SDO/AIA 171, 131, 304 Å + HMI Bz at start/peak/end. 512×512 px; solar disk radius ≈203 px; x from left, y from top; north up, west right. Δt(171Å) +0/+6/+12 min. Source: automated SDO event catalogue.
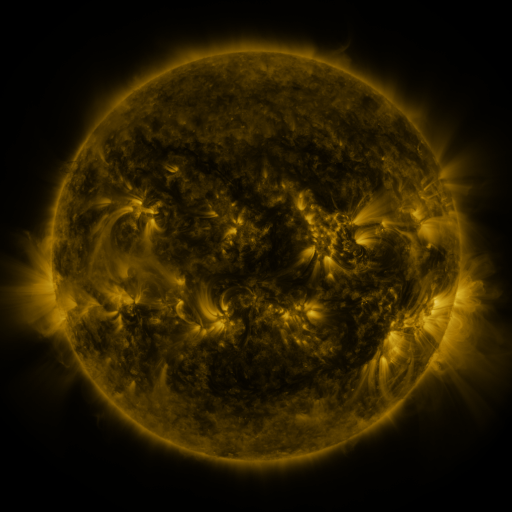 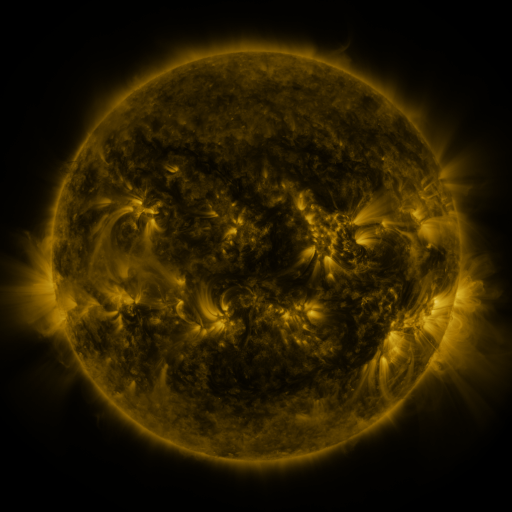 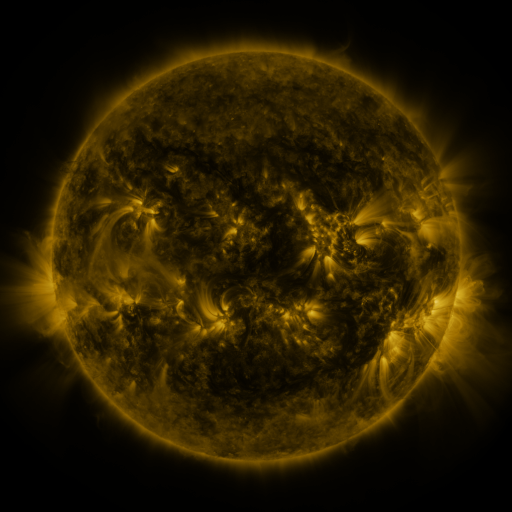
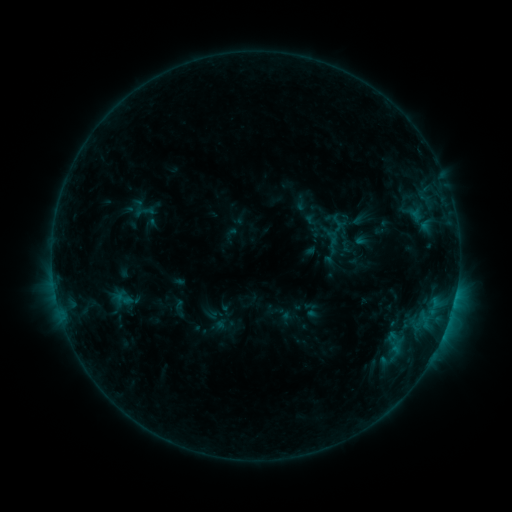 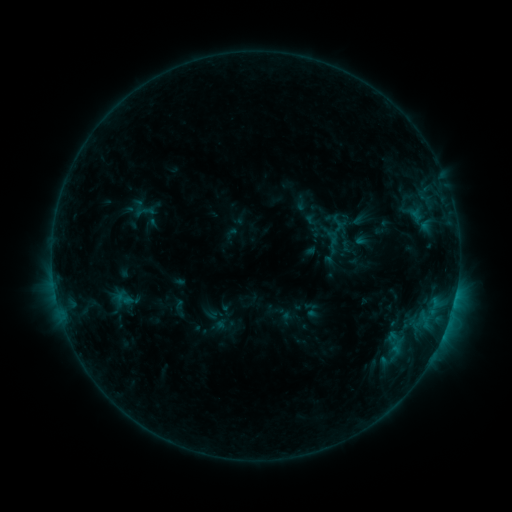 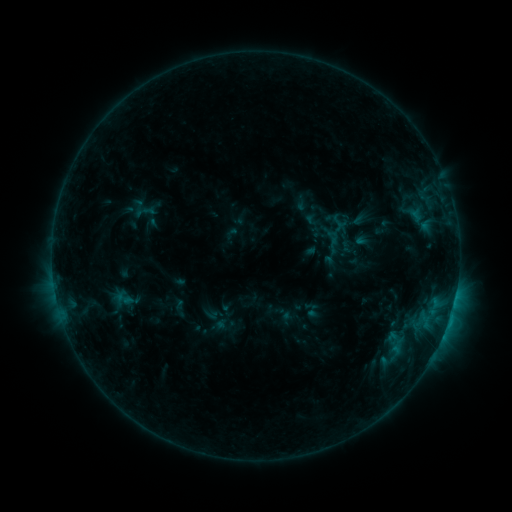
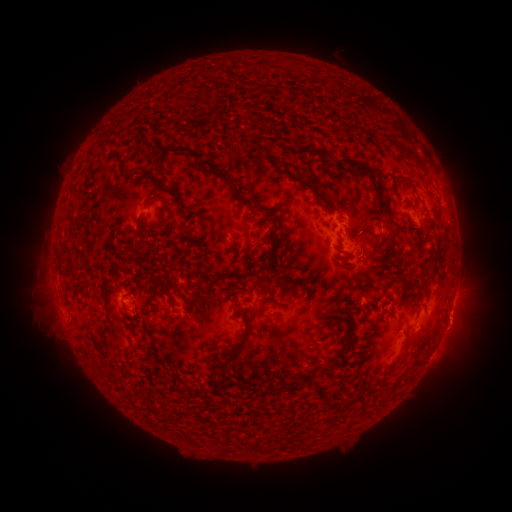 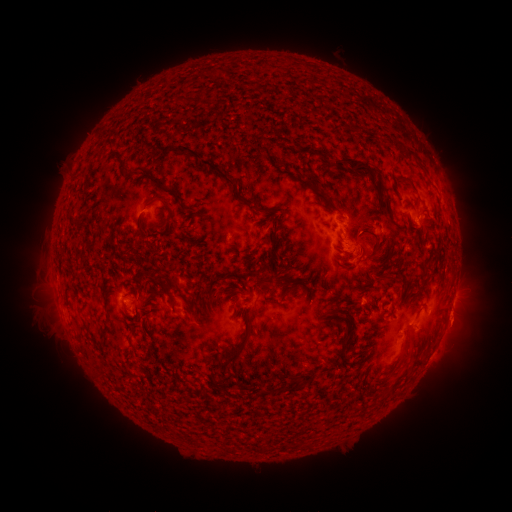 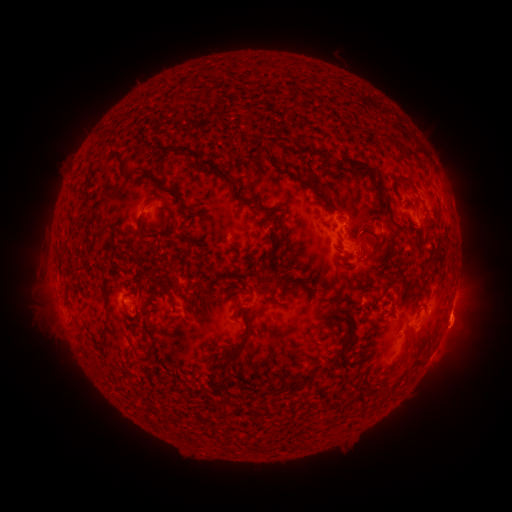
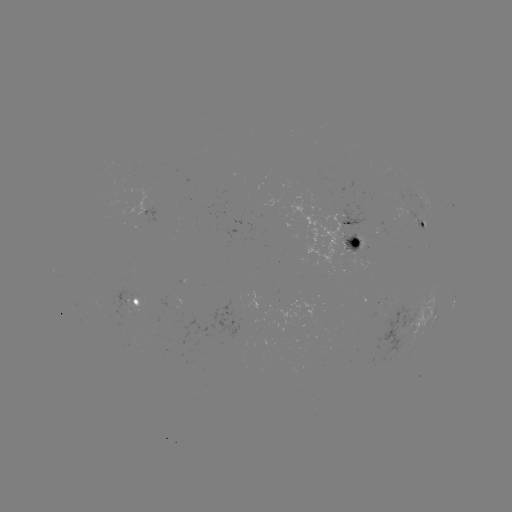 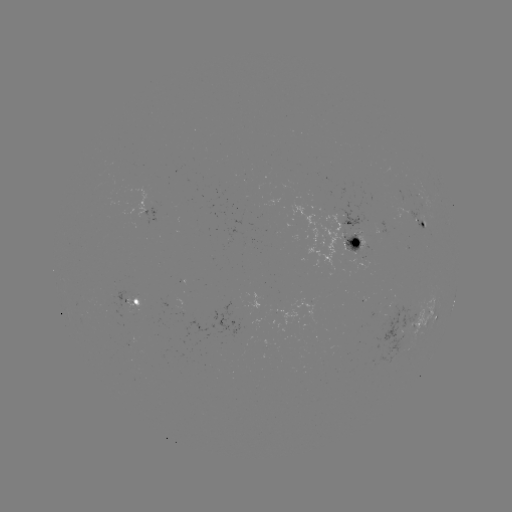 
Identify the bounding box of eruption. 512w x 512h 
[430, 288, 494, 363].